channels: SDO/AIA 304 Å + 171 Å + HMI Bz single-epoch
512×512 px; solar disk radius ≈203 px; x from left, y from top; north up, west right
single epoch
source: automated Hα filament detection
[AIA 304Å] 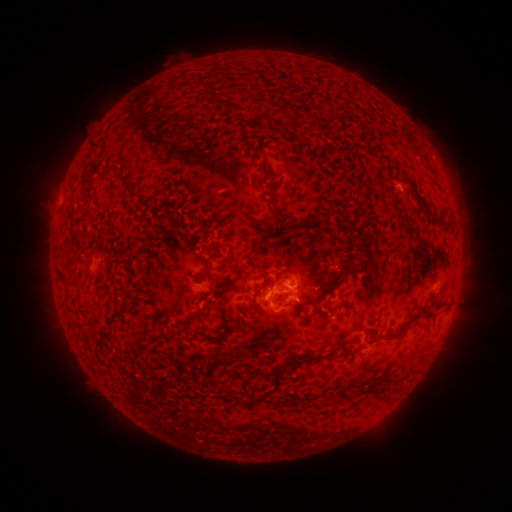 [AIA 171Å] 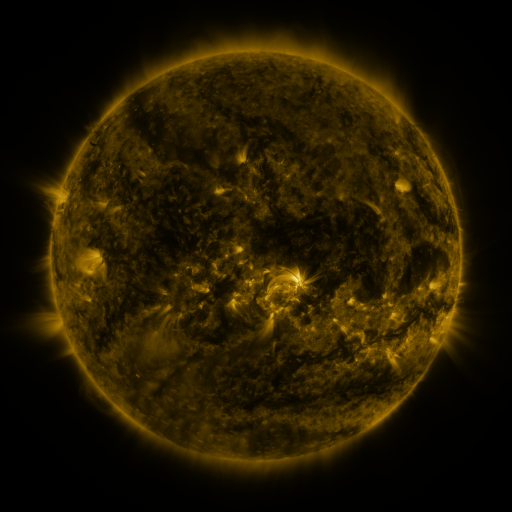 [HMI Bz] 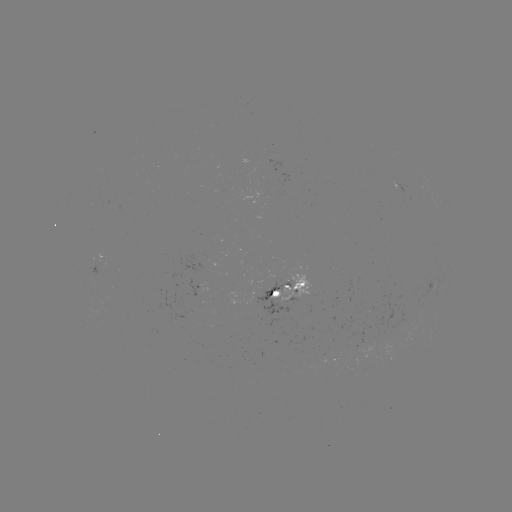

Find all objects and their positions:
filament: (206, 94)
filament: (220, 104)
filament: (94, 148)
filament: (107, 173)
filament: (263, 174)
filament: (127, 189)
filament: (272, 195)
filament: (420, 199)
filament: (277, 213)
filament: (331, 214)
filament: (444, 221)
filament: (293, 228)
filament: (179, 233)
filament: (370, 256)
filament: (365, 266)
filament: (206, 271)
filament: (281, 284)
filament: (331, 287)
filament: (257, 309)
filament: (118, 317)
filament: (407, 324)
filament: (184, 331)
filament: (110, 337)
filament: (296, 361)
